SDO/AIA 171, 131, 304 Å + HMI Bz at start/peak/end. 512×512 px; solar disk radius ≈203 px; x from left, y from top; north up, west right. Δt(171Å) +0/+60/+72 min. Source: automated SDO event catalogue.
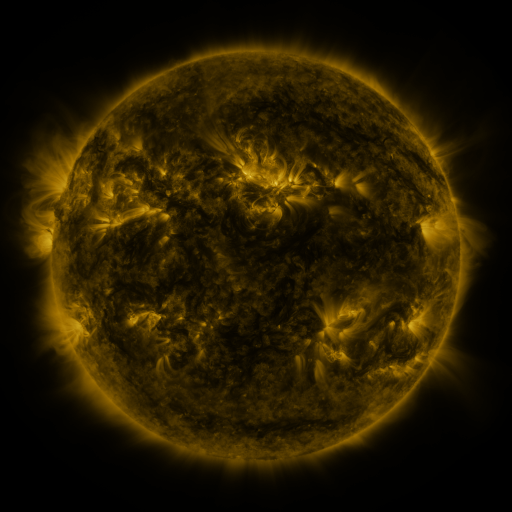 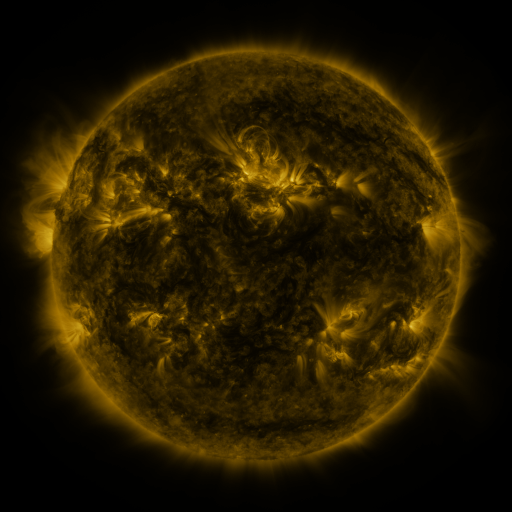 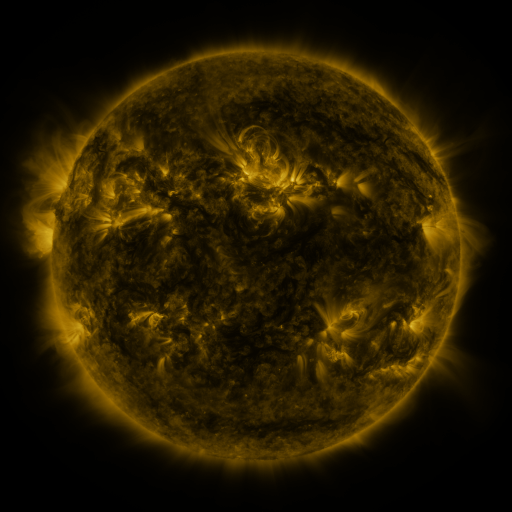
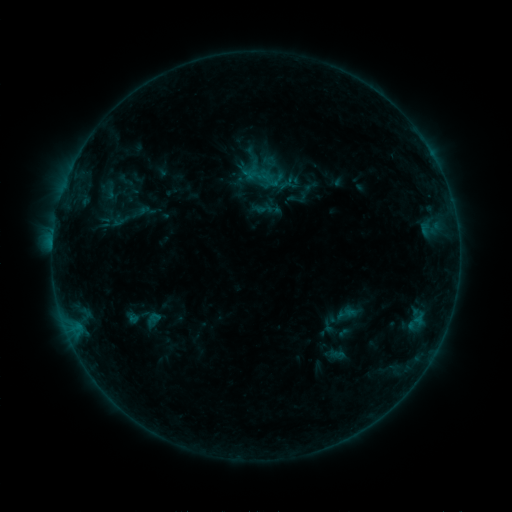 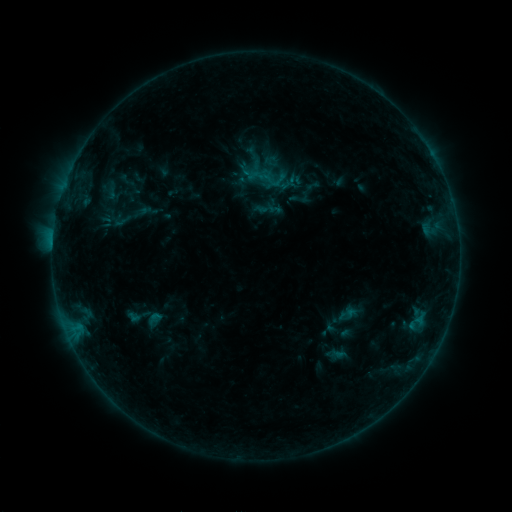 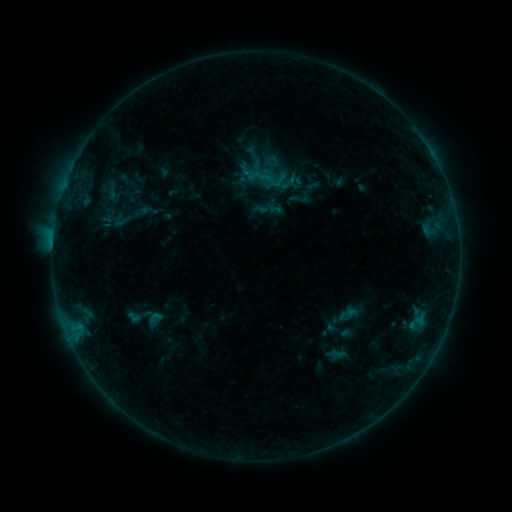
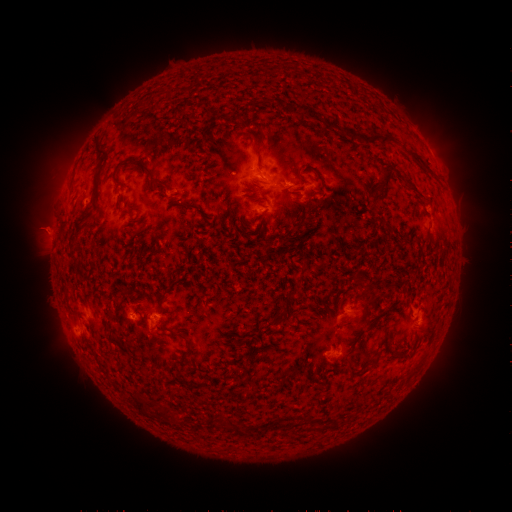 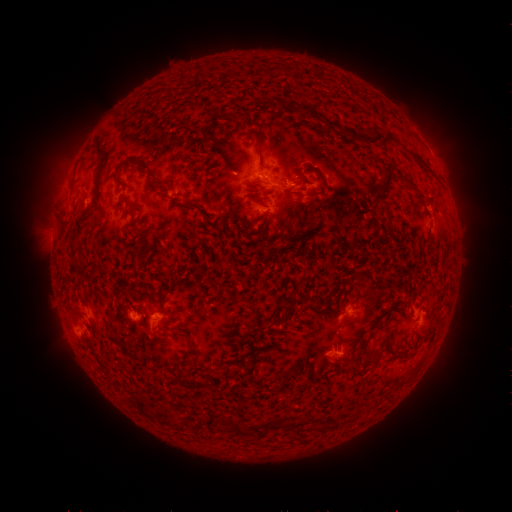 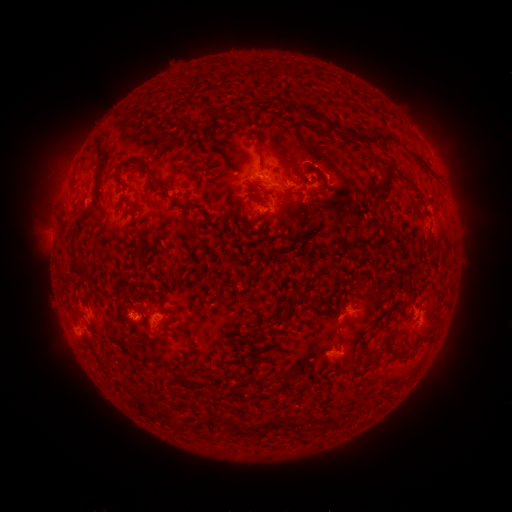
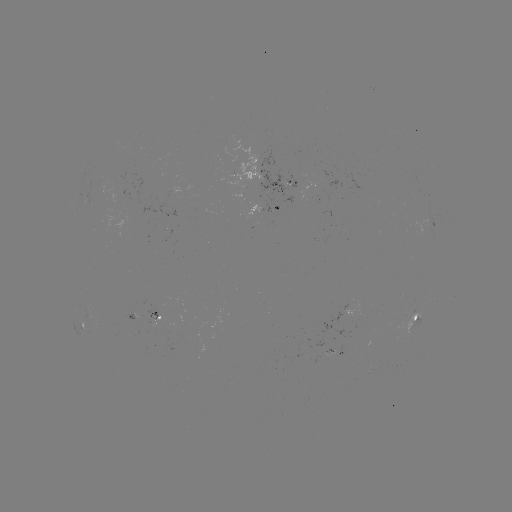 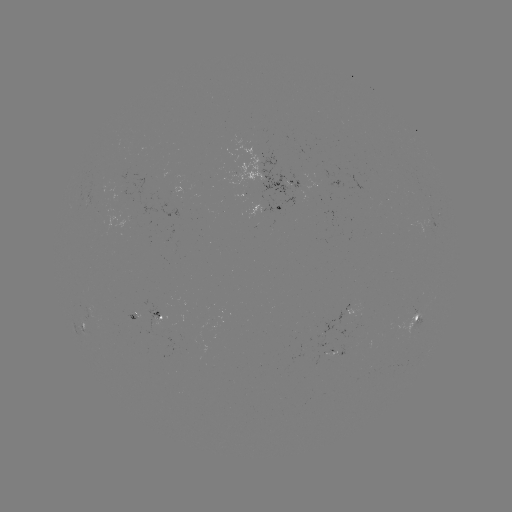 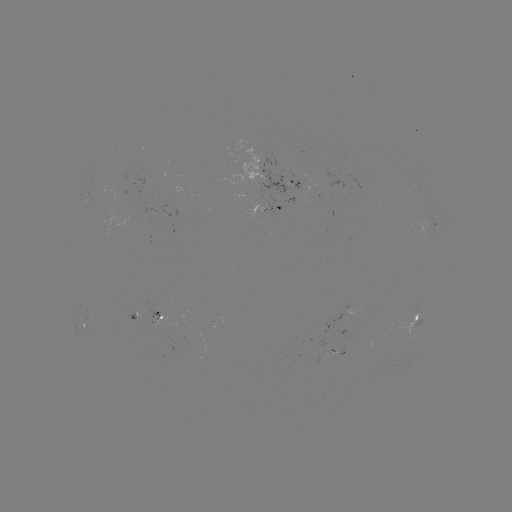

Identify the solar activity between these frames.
emerging-flux region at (327, 355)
